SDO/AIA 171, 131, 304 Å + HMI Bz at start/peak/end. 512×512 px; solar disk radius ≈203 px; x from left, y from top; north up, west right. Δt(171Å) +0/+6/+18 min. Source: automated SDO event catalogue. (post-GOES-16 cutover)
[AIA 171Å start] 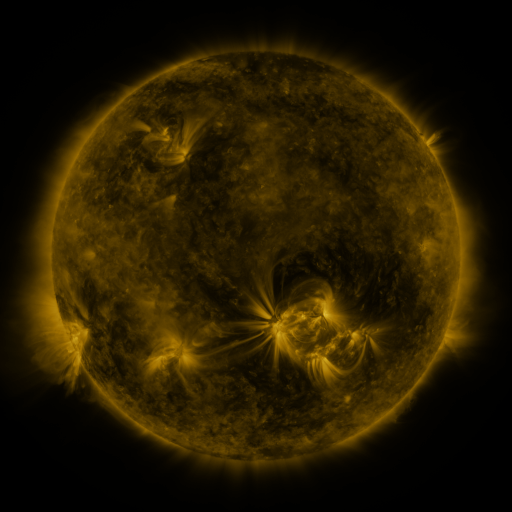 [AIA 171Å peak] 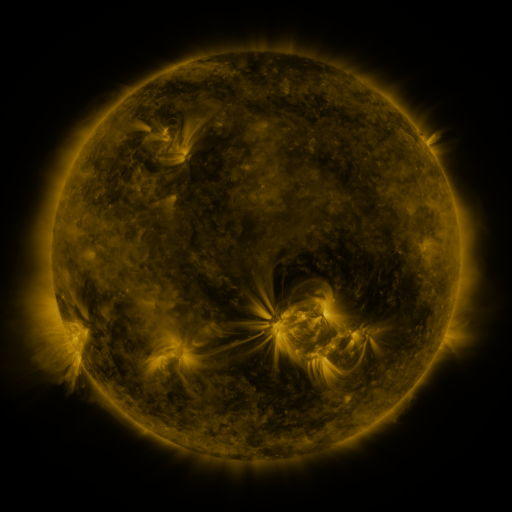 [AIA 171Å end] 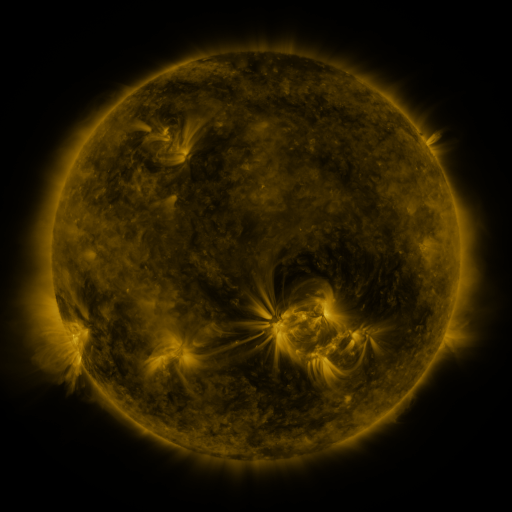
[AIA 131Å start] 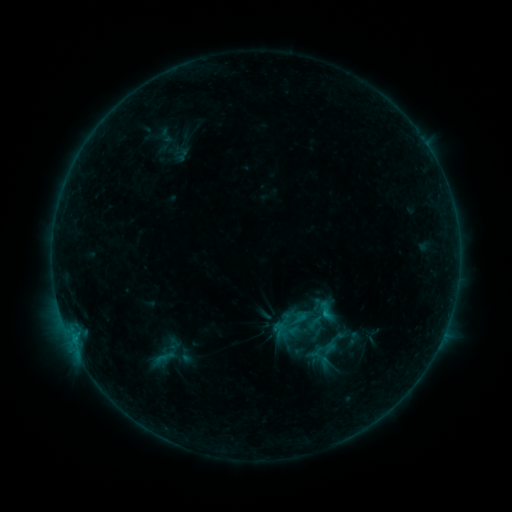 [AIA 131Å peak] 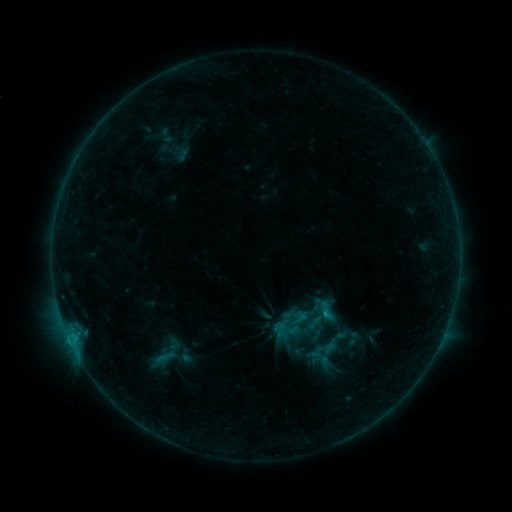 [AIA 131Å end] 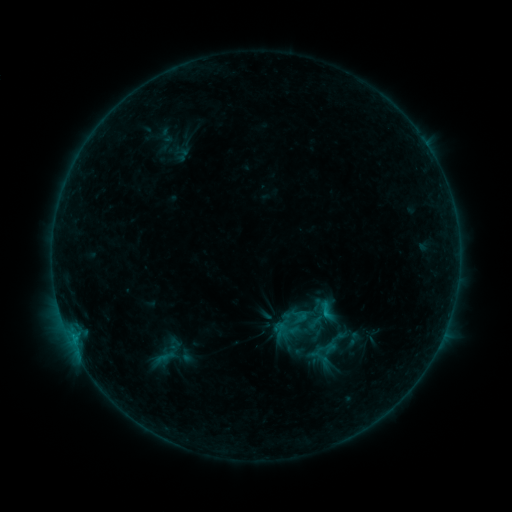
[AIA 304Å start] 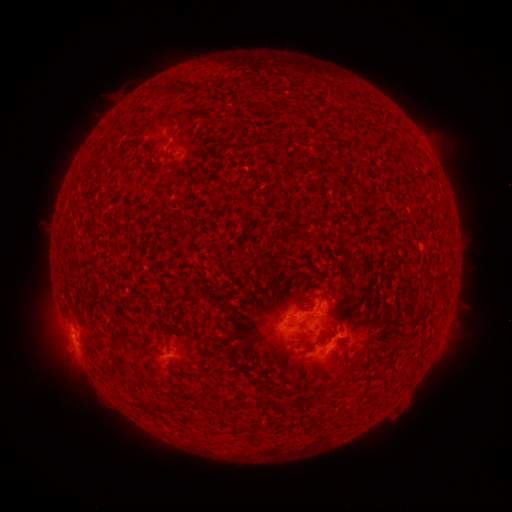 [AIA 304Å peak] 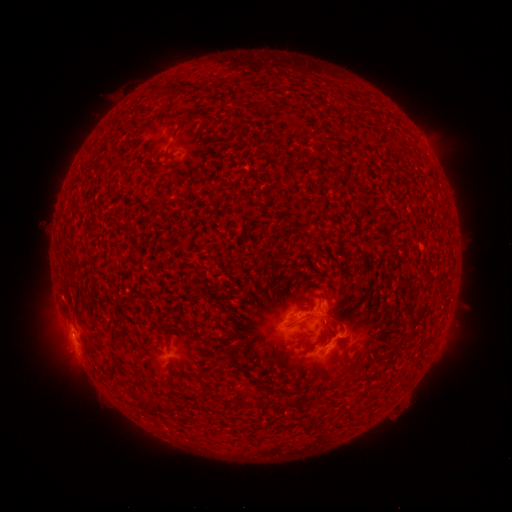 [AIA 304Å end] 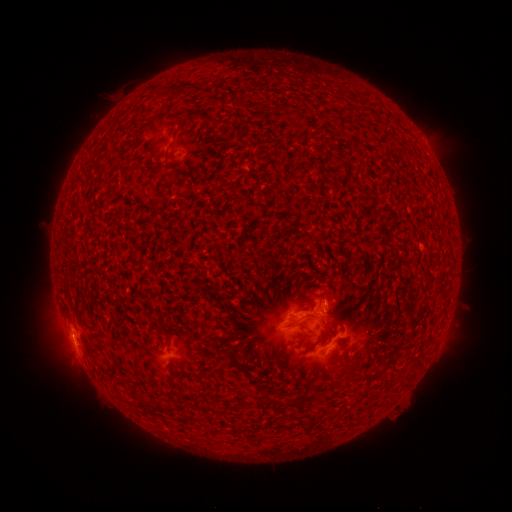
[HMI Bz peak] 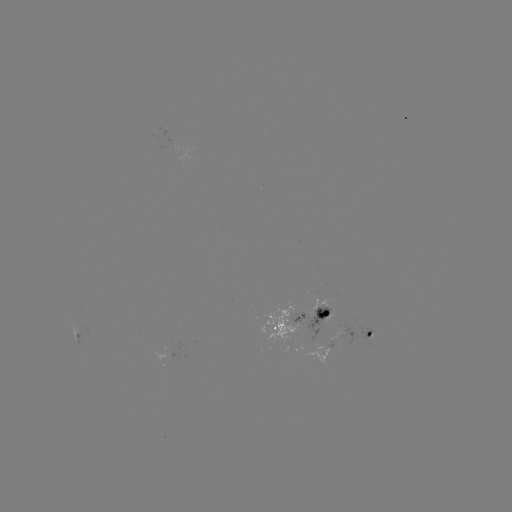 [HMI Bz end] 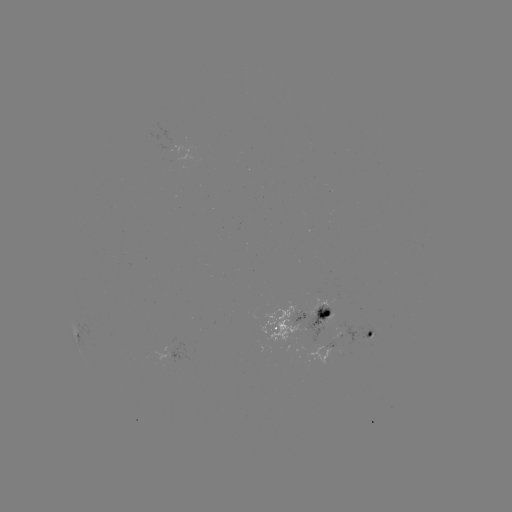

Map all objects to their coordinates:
B5.4 flare: (70, 338)
